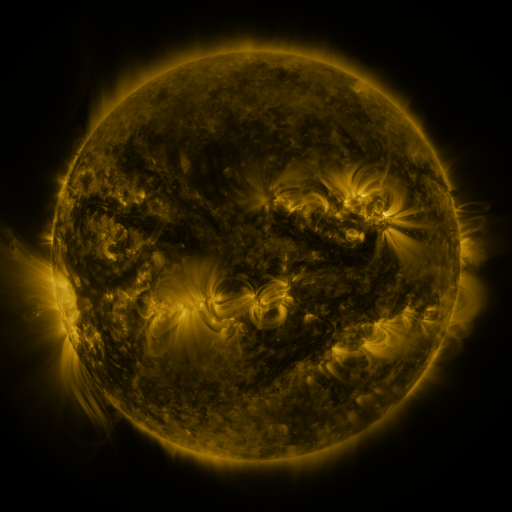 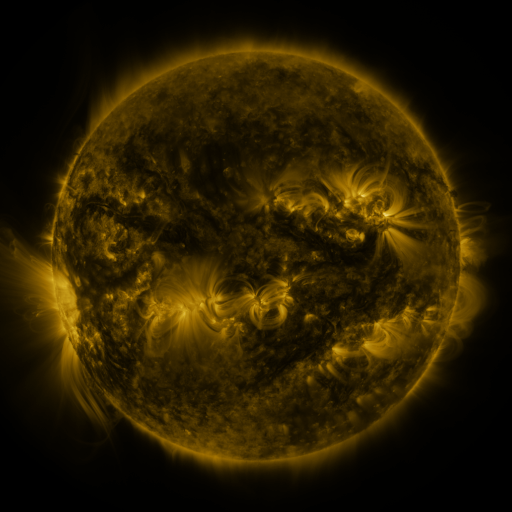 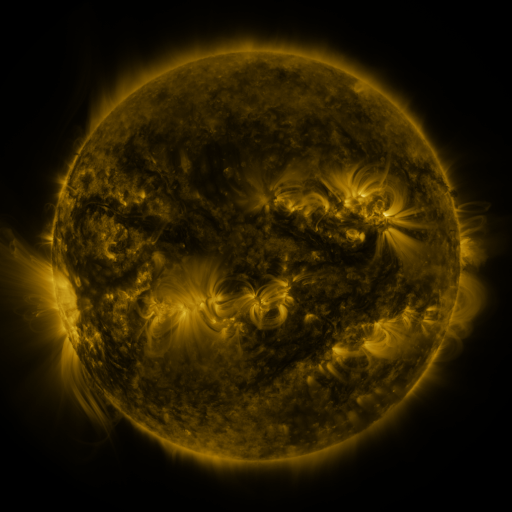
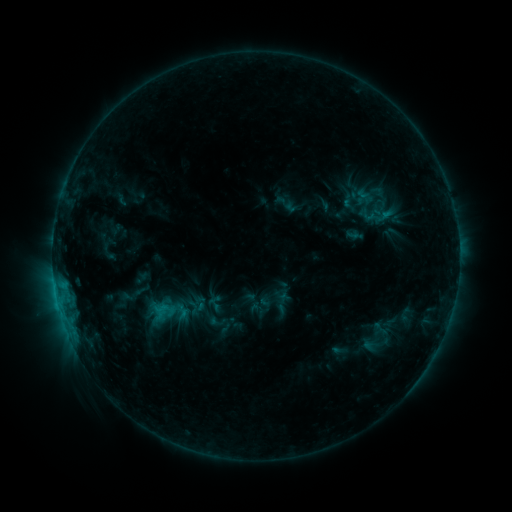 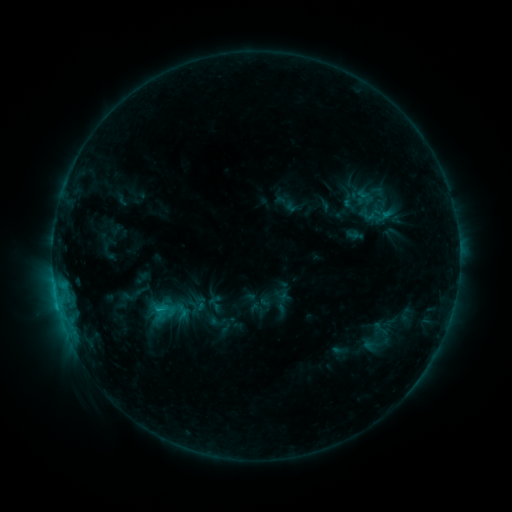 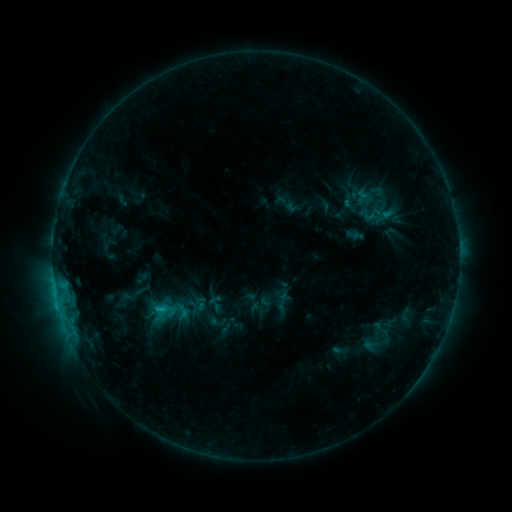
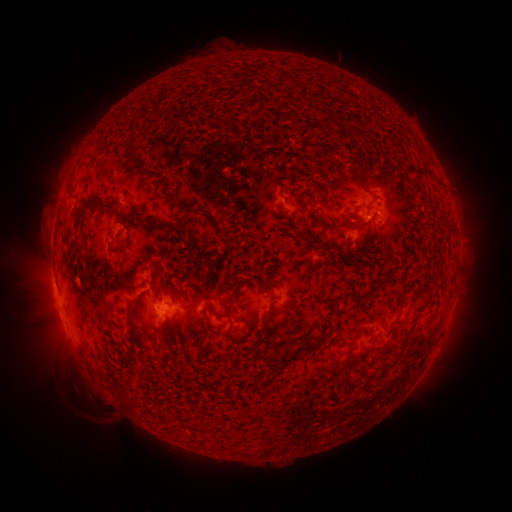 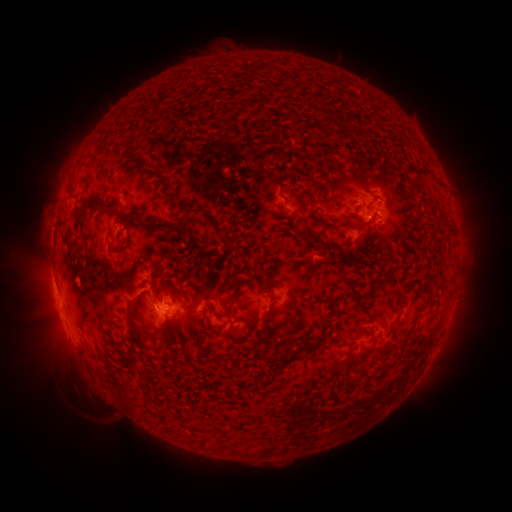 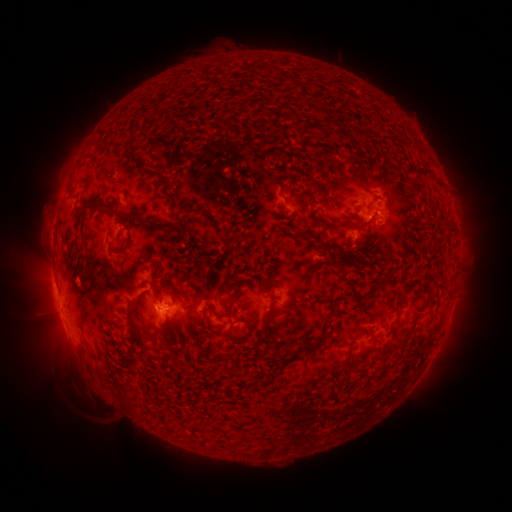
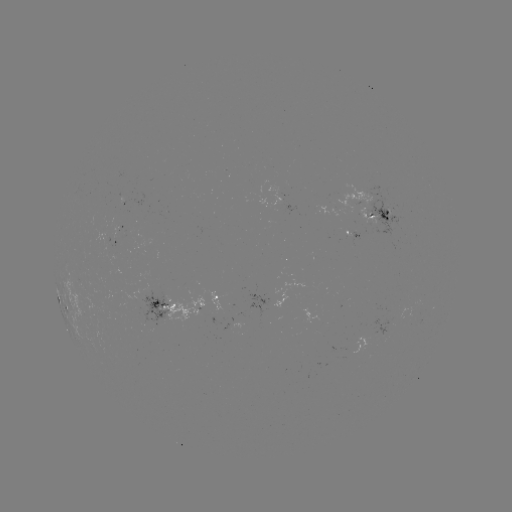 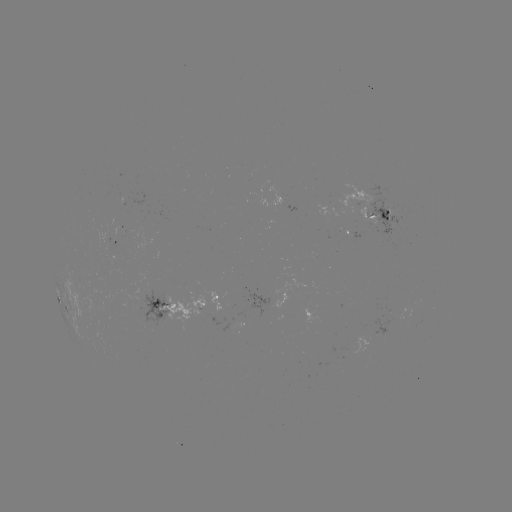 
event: flare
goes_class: C1.1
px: (159, 307)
